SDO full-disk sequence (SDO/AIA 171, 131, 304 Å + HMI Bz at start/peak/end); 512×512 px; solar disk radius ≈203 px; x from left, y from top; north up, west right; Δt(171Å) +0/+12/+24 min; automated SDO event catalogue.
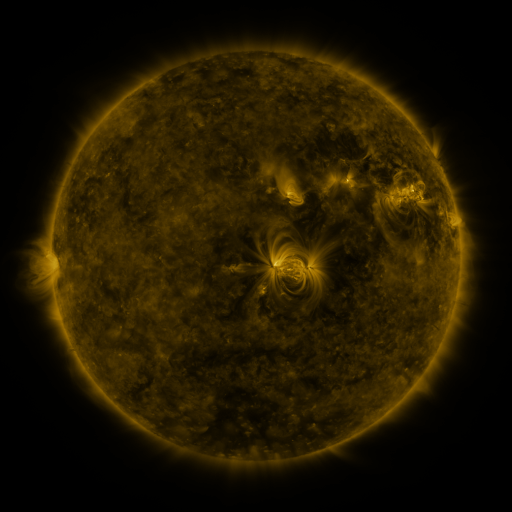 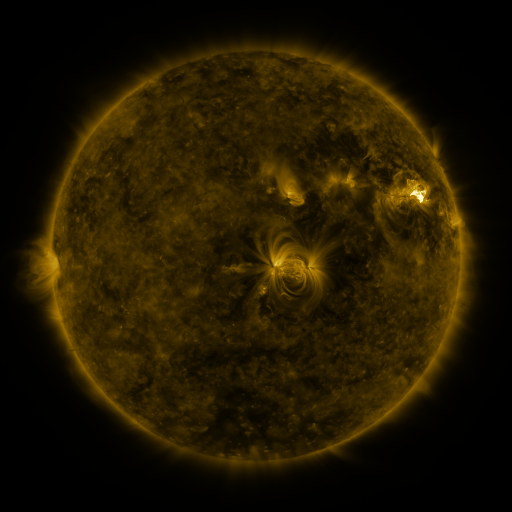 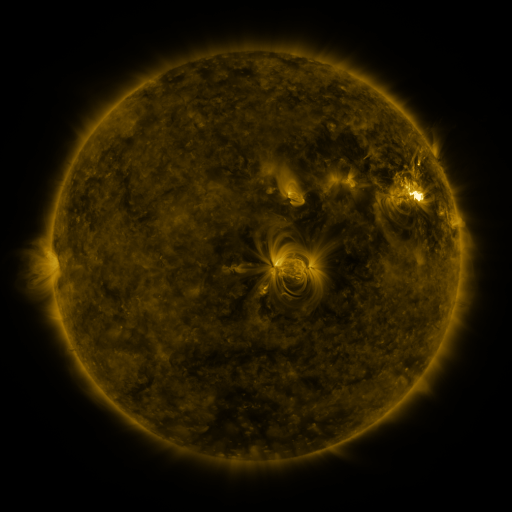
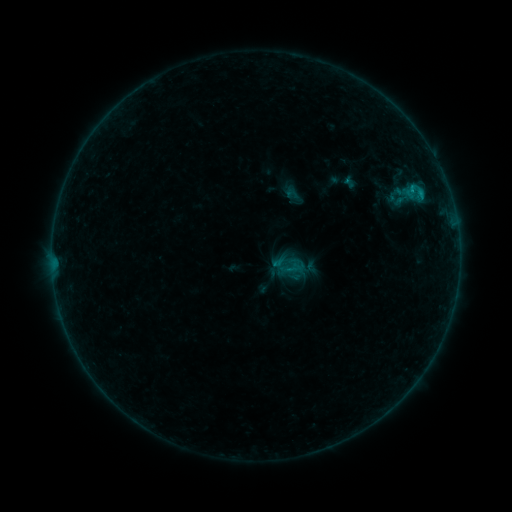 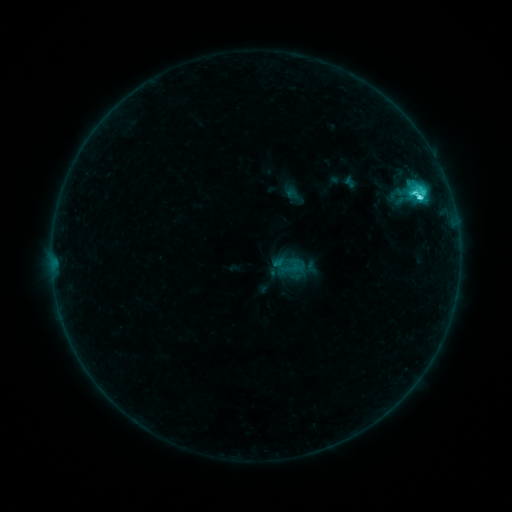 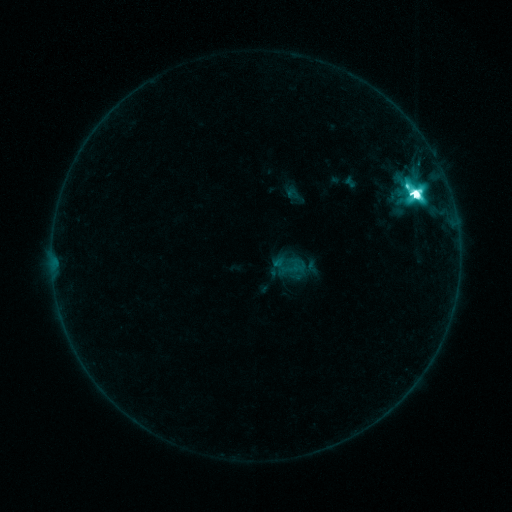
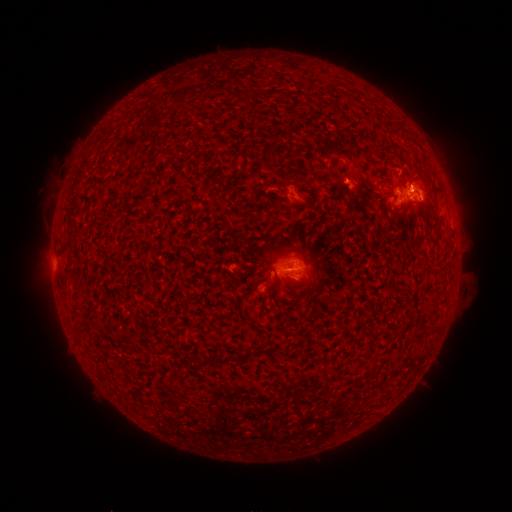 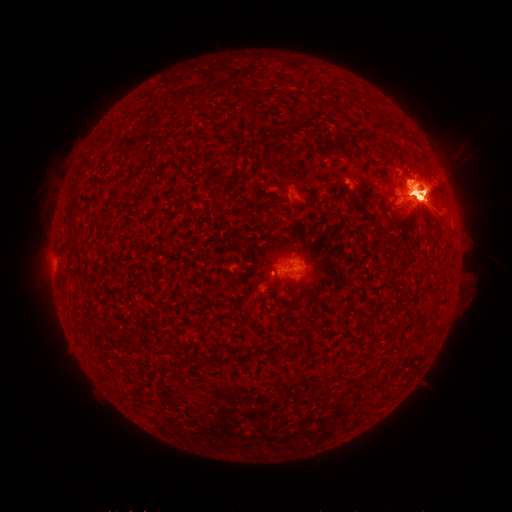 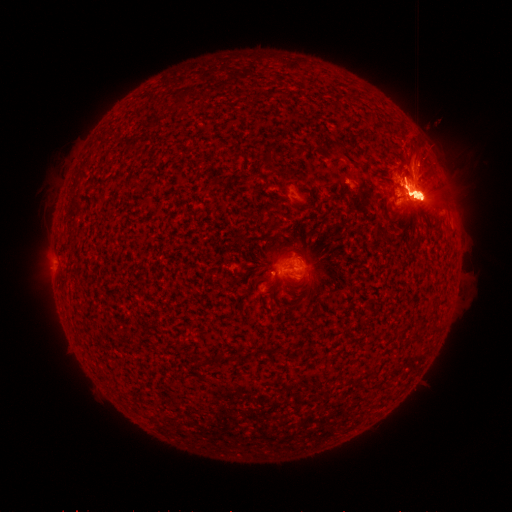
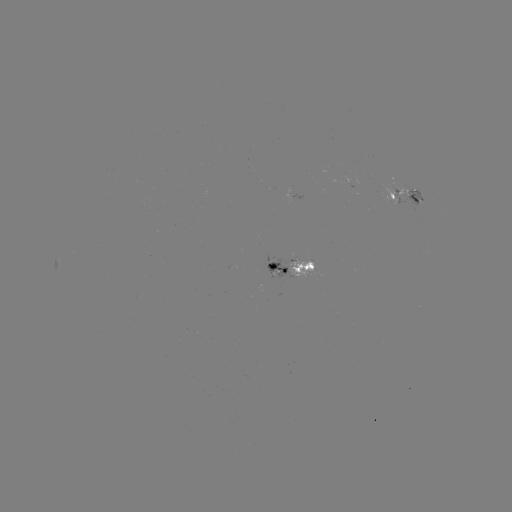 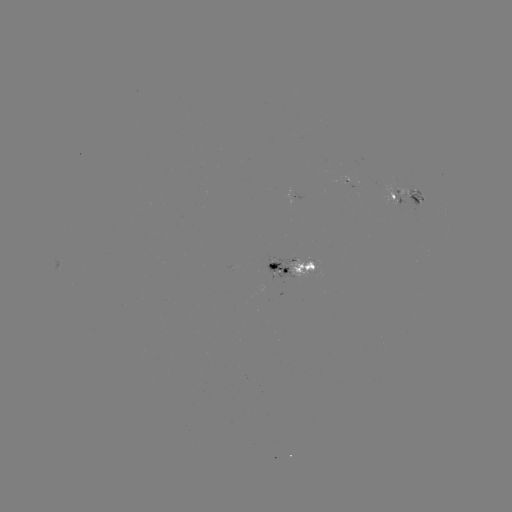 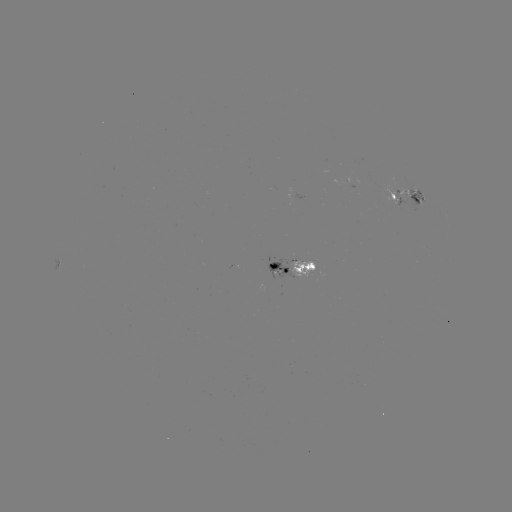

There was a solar eruption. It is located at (416, 186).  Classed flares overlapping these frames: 1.